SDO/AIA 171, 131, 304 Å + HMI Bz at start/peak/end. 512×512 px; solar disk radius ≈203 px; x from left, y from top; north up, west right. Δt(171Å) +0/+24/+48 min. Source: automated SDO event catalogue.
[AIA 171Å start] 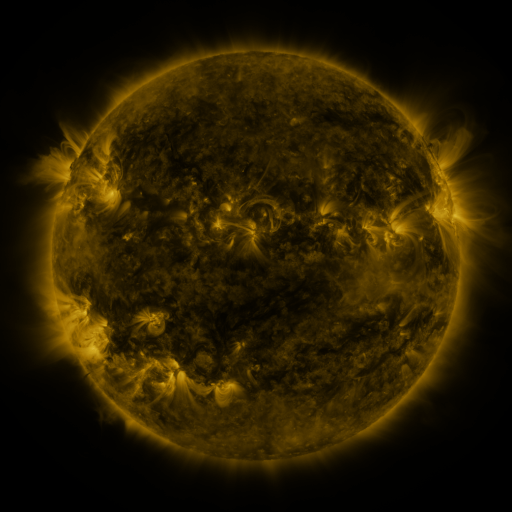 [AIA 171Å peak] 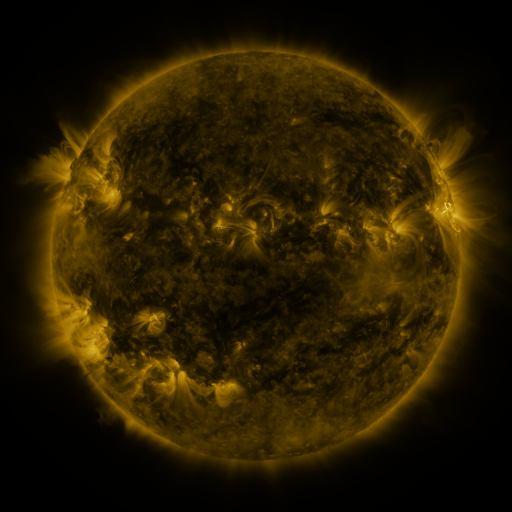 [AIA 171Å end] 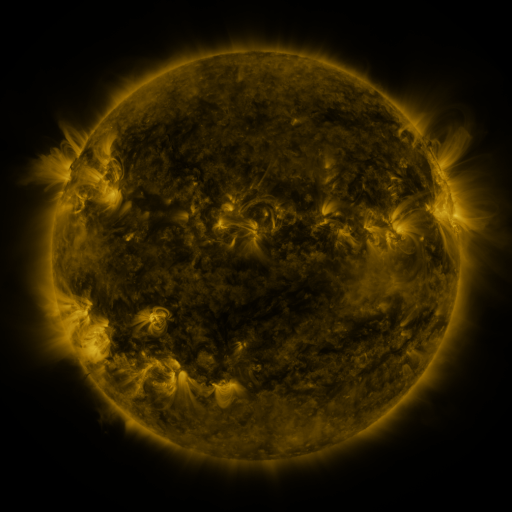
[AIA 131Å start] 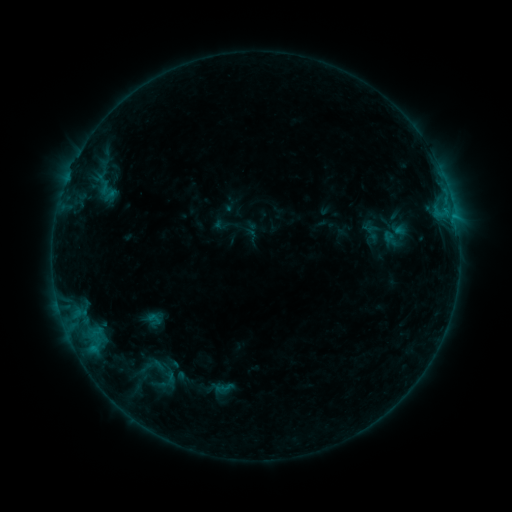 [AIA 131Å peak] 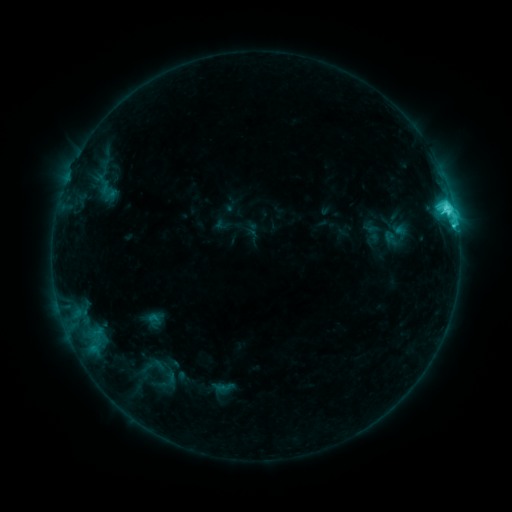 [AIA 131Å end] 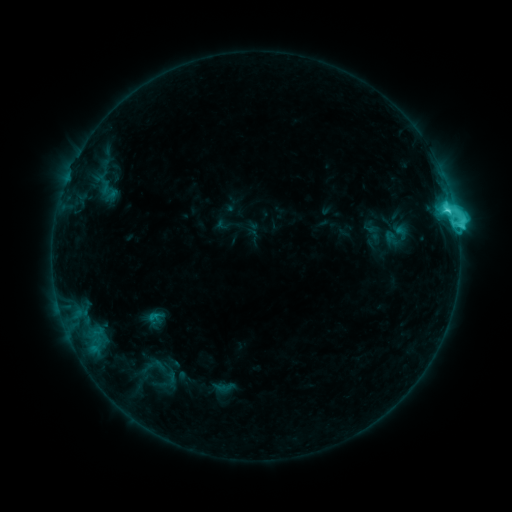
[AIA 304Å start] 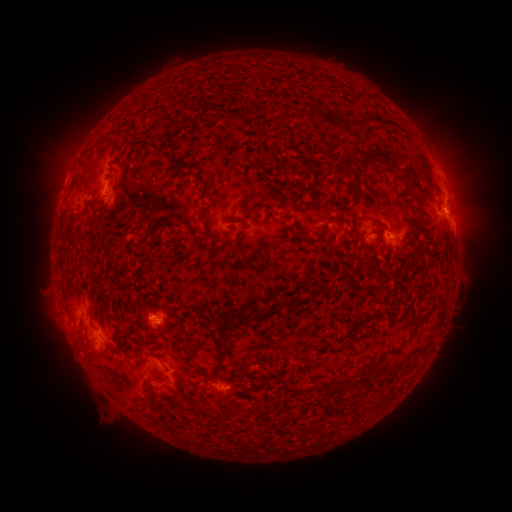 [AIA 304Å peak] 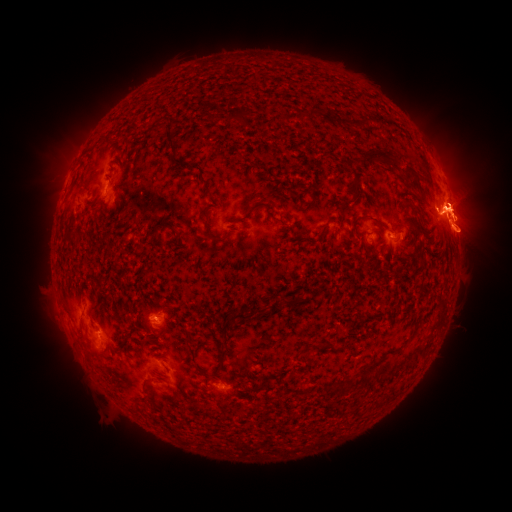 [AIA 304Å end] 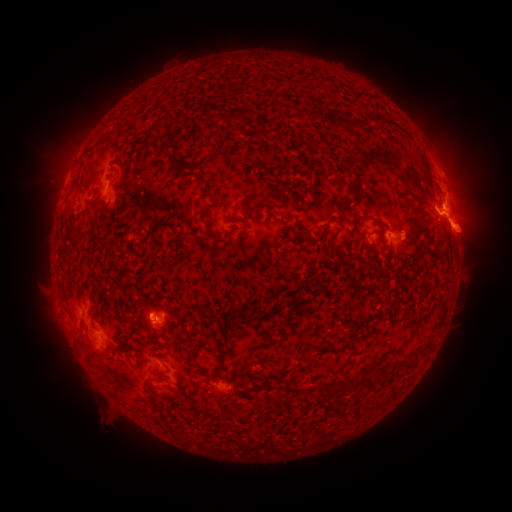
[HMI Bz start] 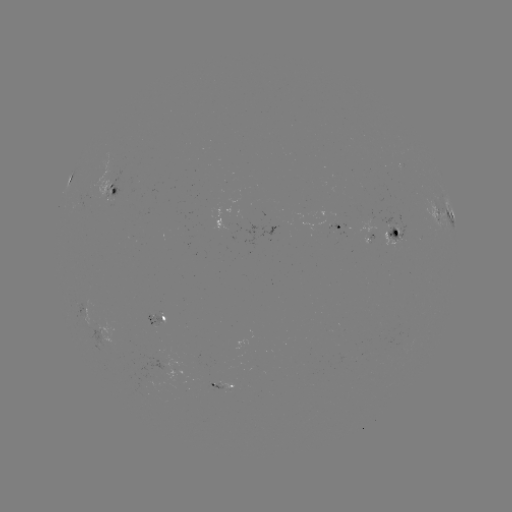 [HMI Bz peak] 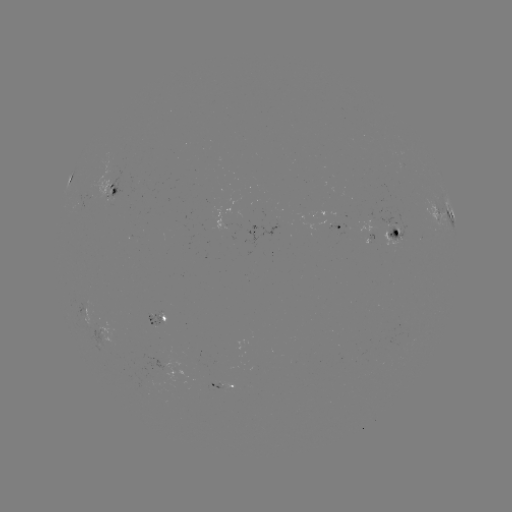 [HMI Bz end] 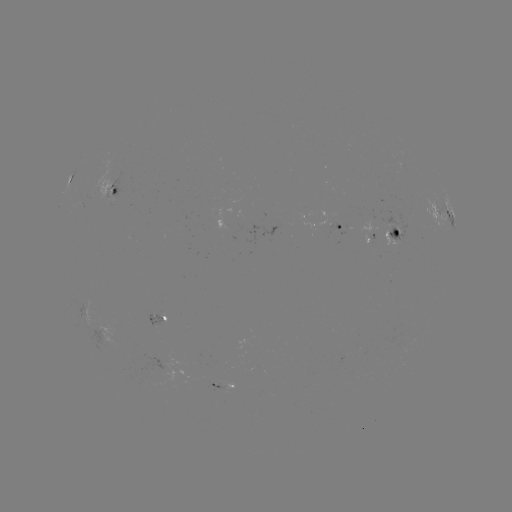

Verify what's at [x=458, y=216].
eruption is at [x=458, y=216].